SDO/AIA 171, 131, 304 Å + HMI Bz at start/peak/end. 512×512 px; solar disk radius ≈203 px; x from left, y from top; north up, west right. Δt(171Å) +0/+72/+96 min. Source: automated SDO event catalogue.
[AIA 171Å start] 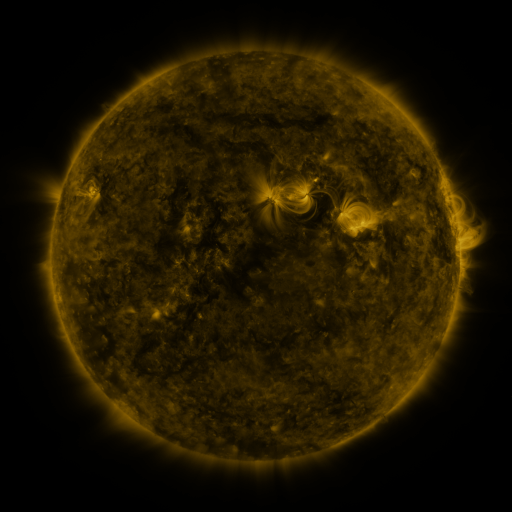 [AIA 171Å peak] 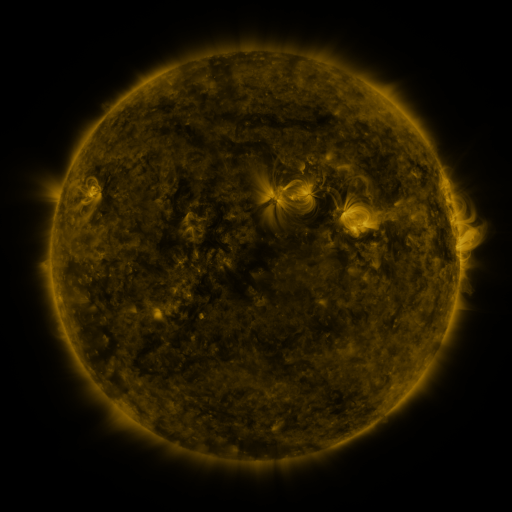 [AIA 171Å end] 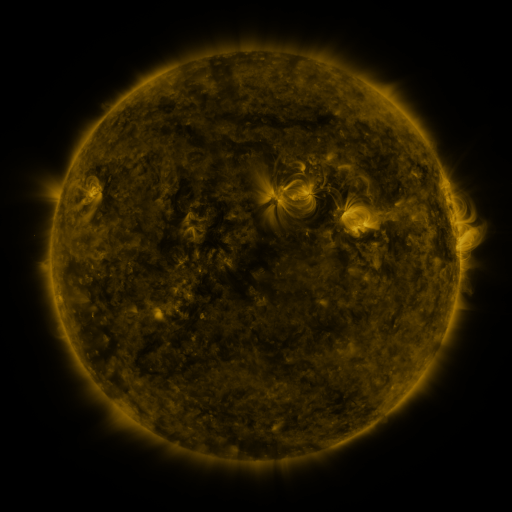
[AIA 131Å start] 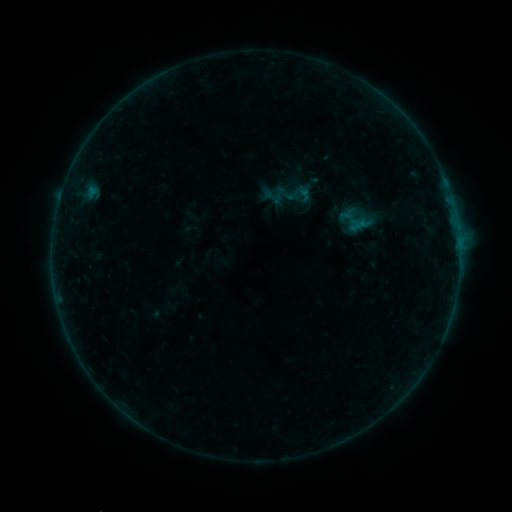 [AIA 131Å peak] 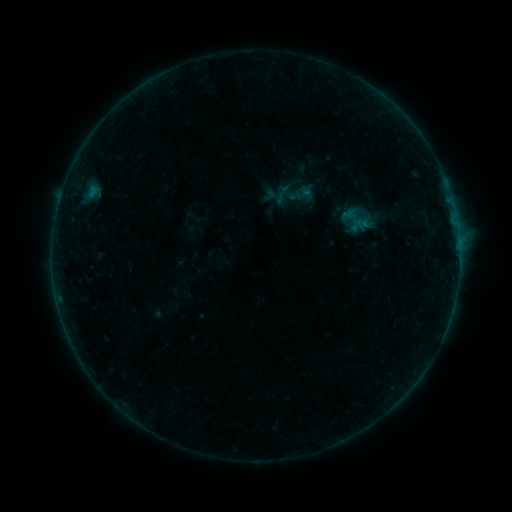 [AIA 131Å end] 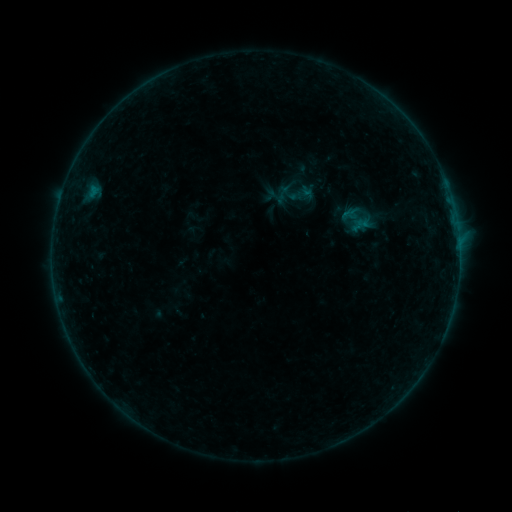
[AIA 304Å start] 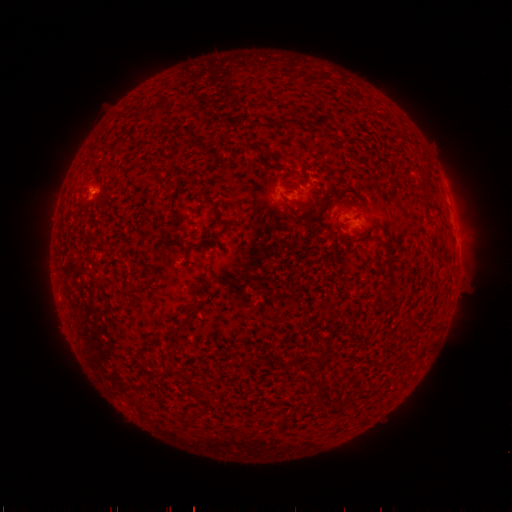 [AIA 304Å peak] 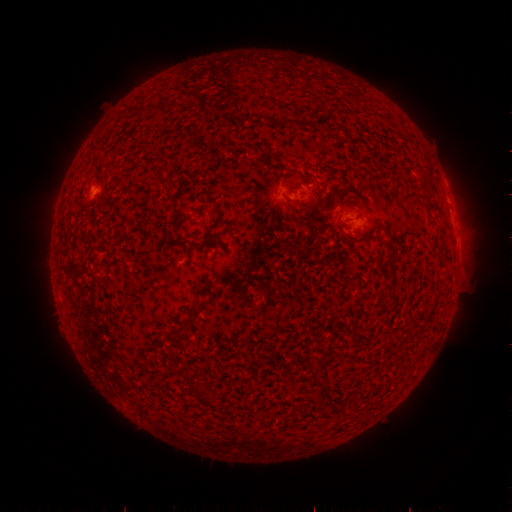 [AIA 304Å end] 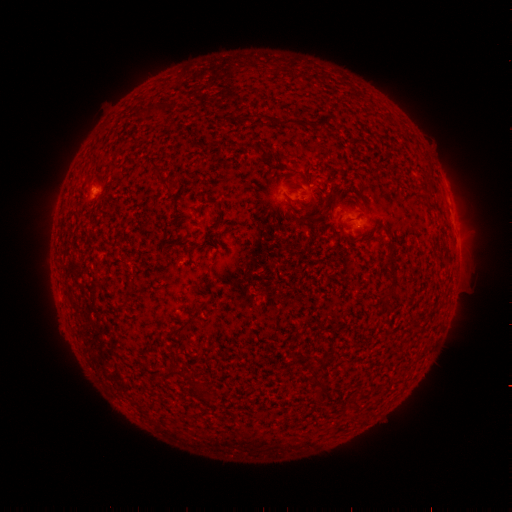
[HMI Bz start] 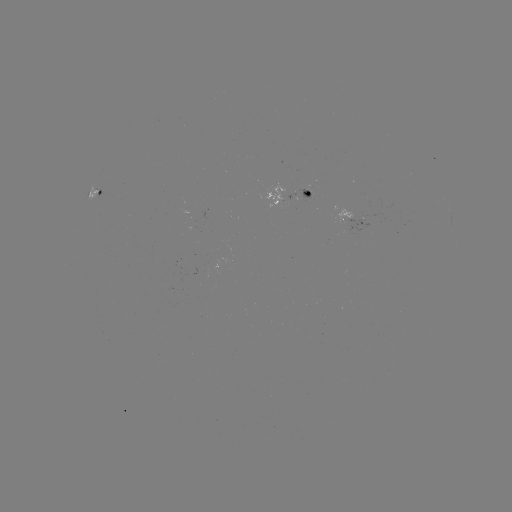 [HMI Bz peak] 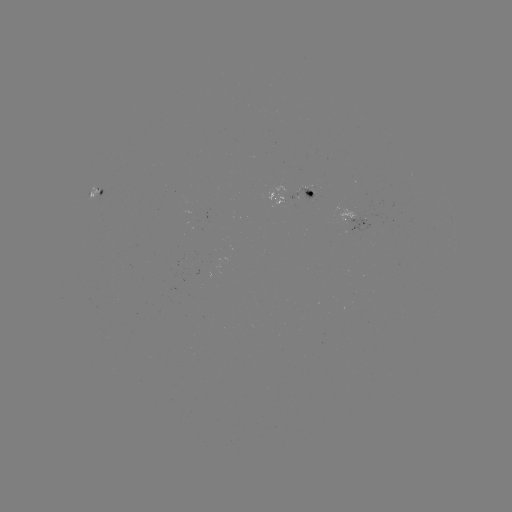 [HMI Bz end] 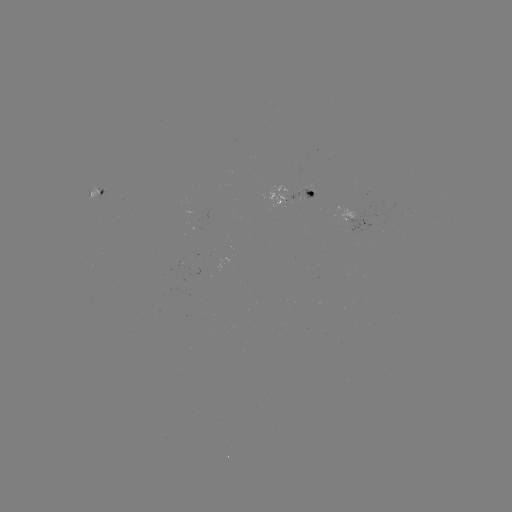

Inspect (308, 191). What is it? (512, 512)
emerging-flux region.